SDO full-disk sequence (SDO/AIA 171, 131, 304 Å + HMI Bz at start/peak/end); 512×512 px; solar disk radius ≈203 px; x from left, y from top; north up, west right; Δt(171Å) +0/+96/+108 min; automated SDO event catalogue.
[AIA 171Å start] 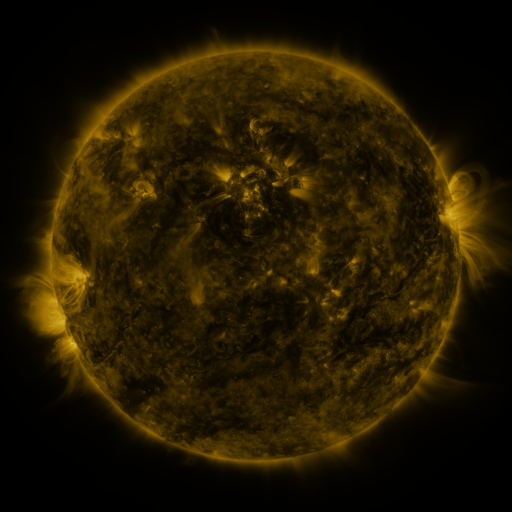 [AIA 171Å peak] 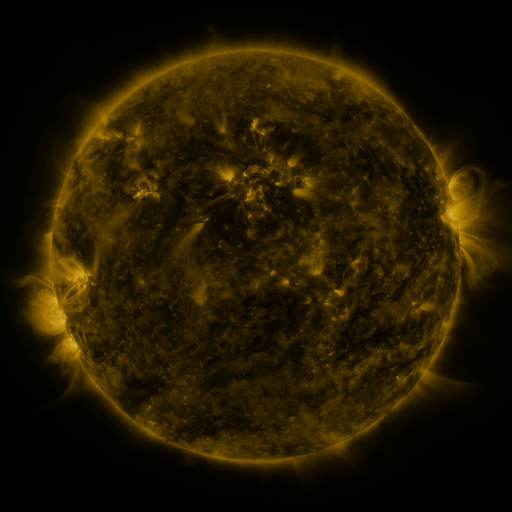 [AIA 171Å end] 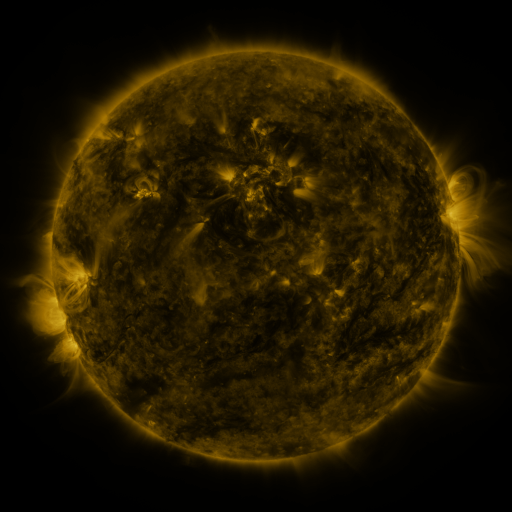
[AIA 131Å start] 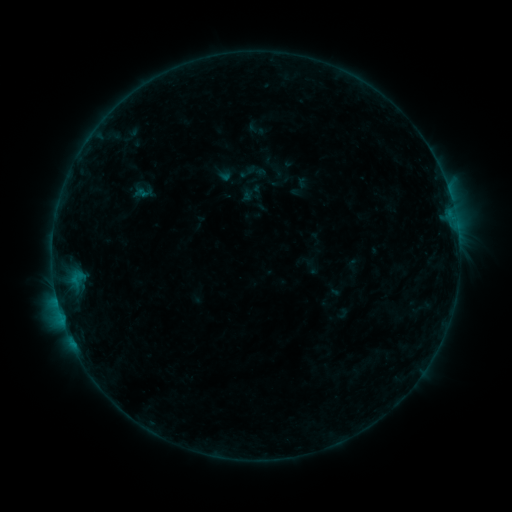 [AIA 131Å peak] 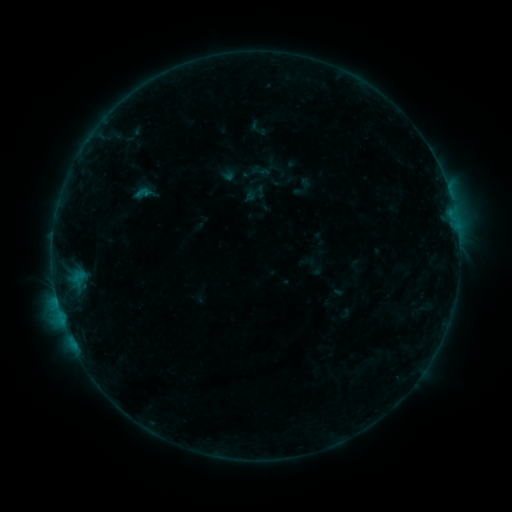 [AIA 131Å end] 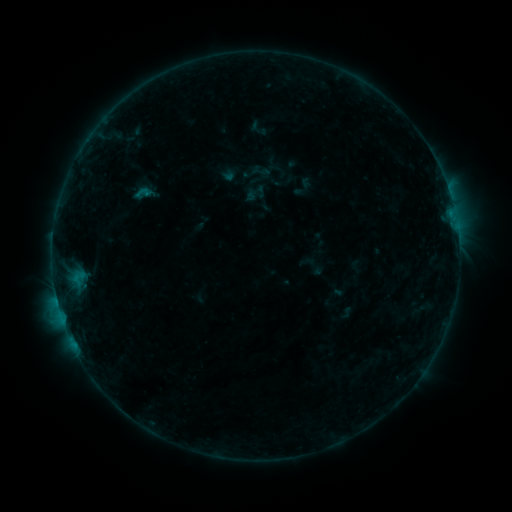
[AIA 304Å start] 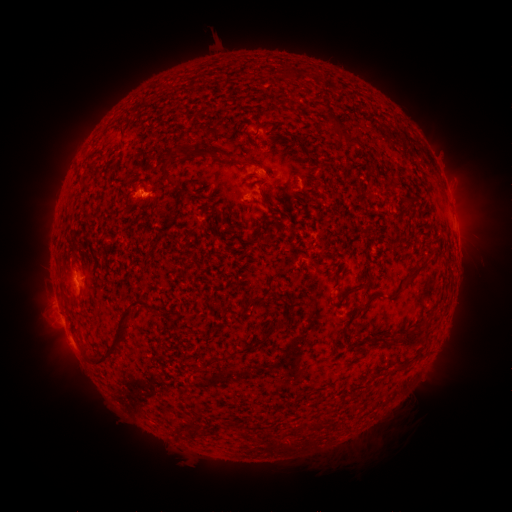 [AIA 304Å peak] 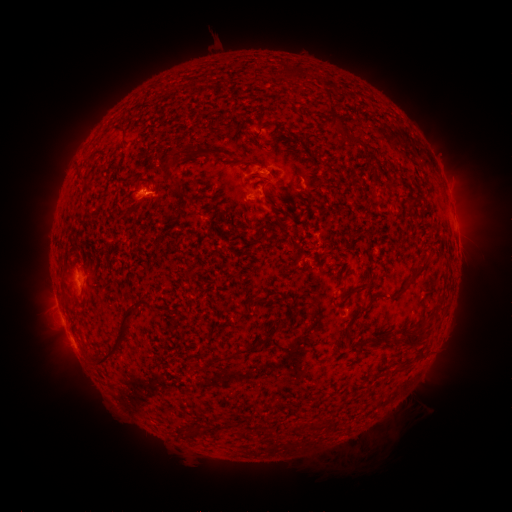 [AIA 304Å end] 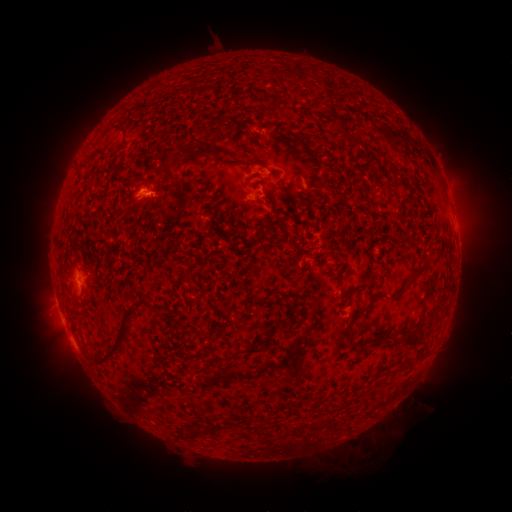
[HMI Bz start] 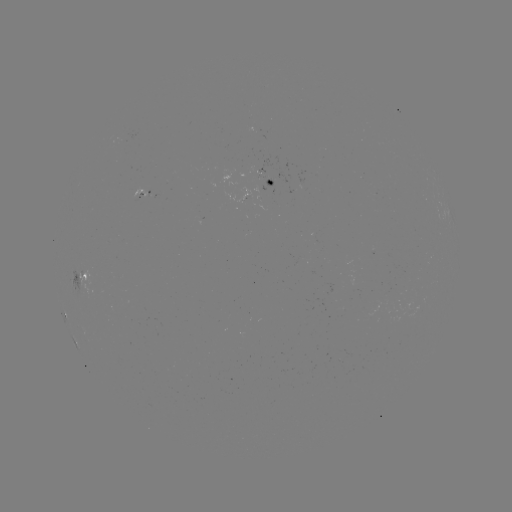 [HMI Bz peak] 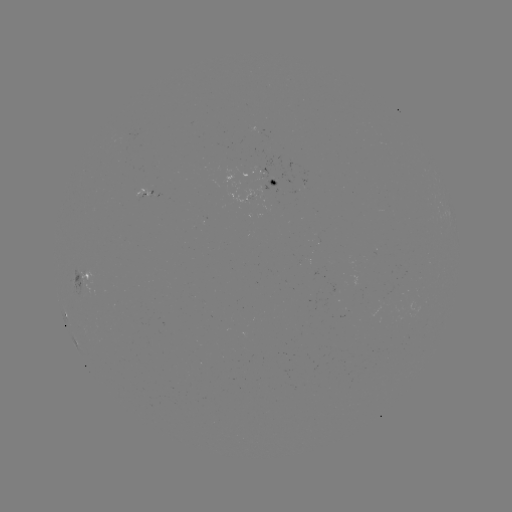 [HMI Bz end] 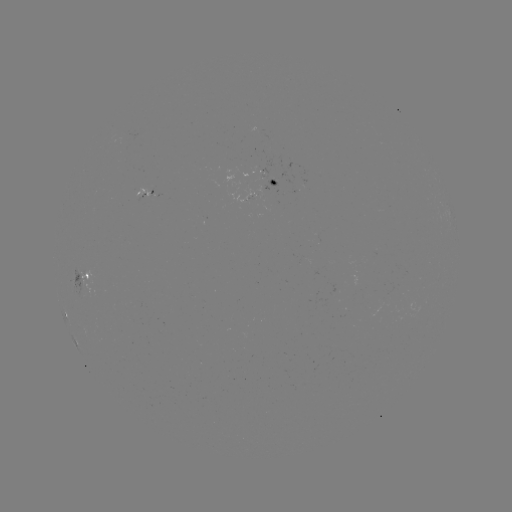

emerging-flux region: (258, 170, 268, 179)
